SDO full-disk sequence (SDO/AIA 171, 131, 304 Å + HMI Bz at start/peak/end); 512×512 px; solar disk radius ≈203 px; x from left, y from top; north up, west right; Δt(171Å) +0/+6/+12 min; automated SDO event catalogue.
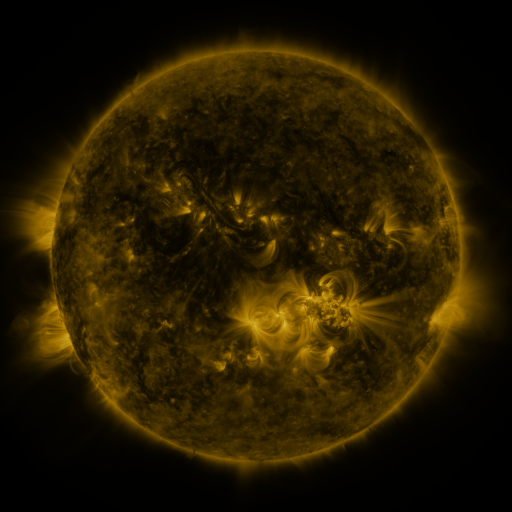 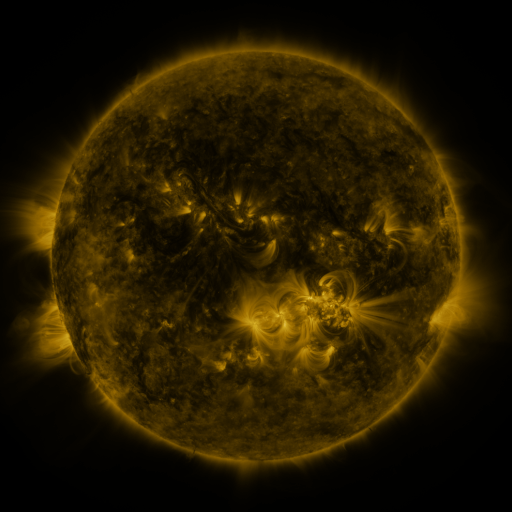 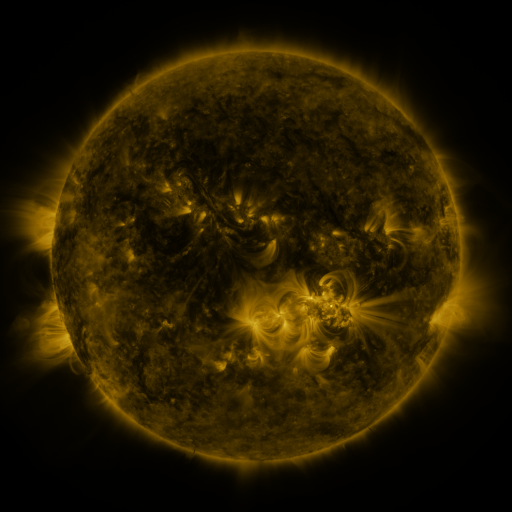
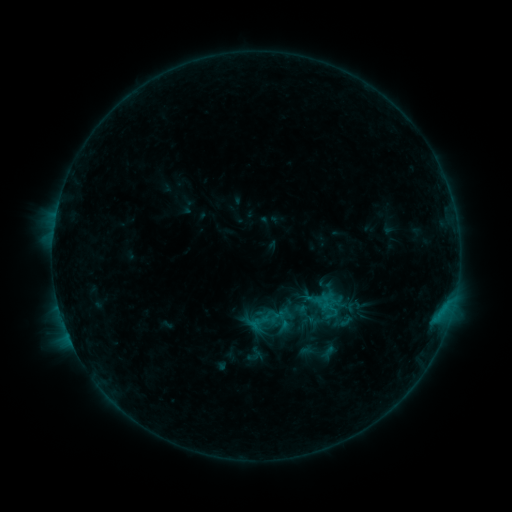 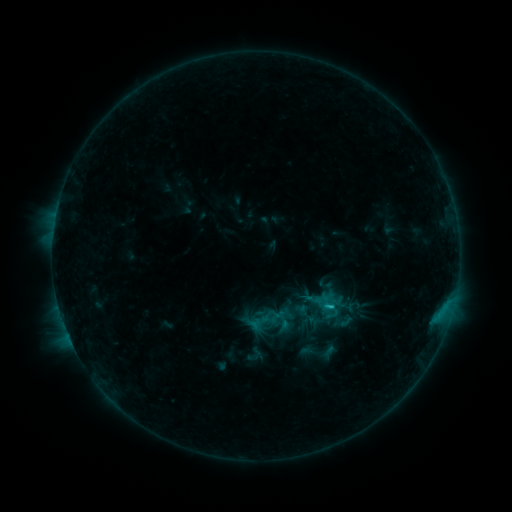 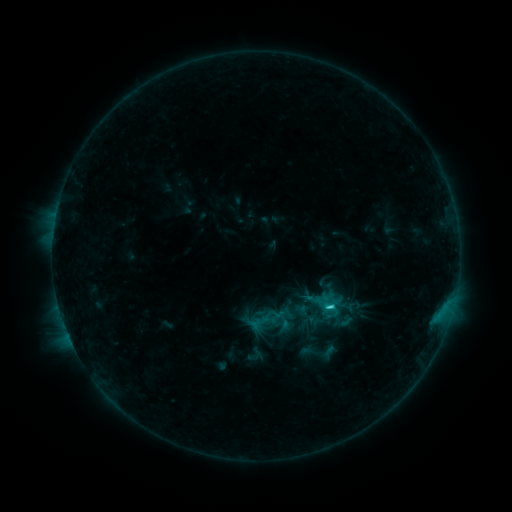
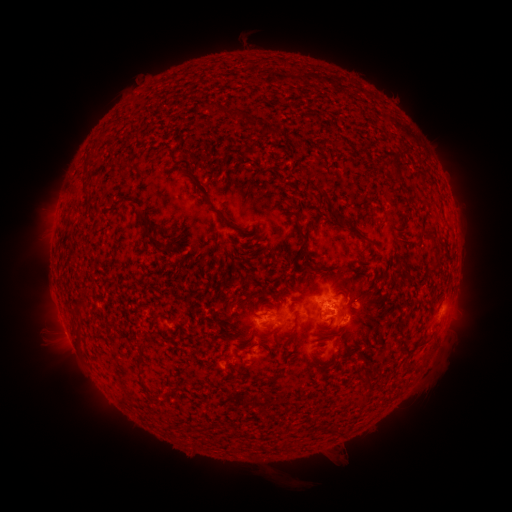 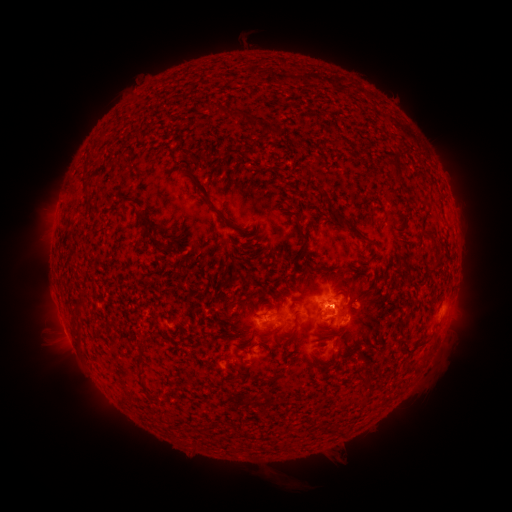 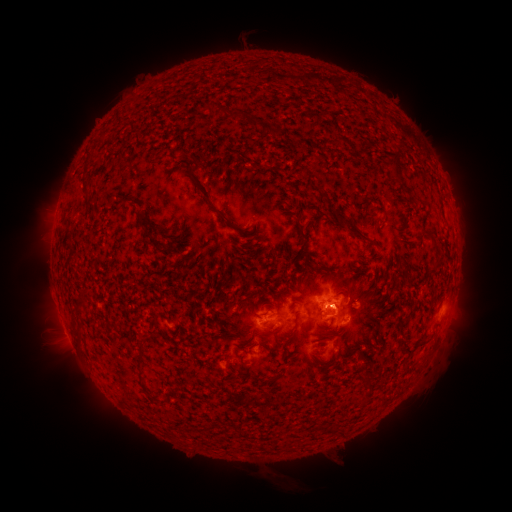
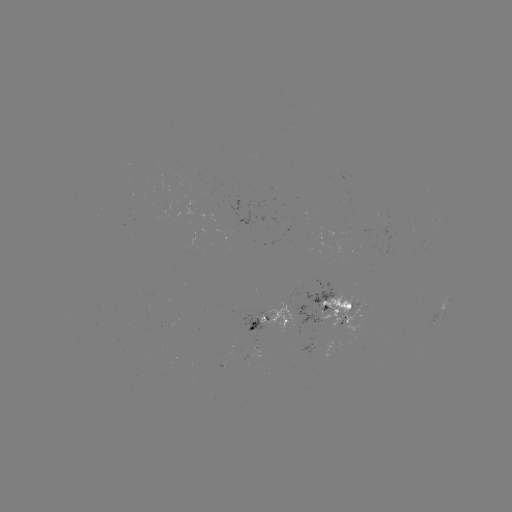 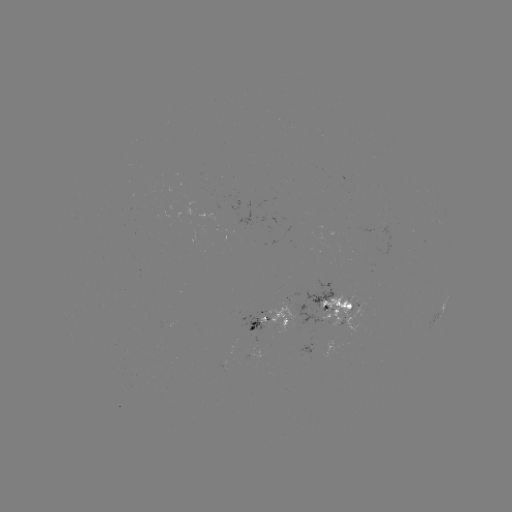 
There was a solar flare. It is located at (328, 303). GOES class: C2.3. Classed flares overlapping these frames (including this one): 1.